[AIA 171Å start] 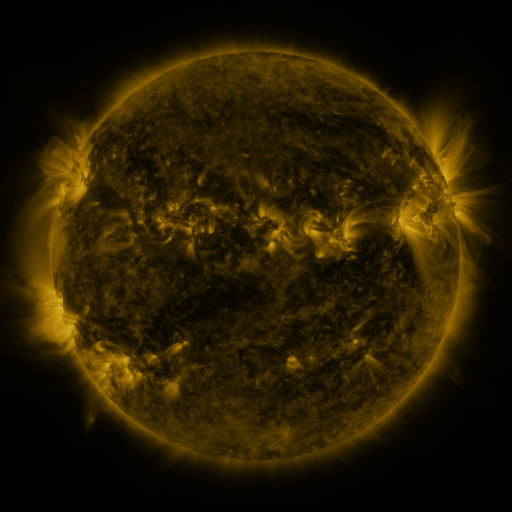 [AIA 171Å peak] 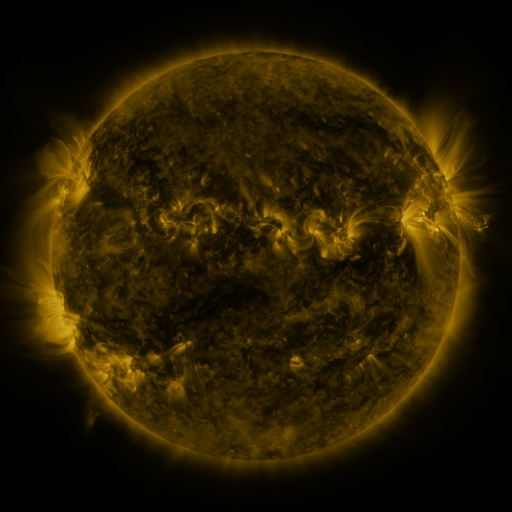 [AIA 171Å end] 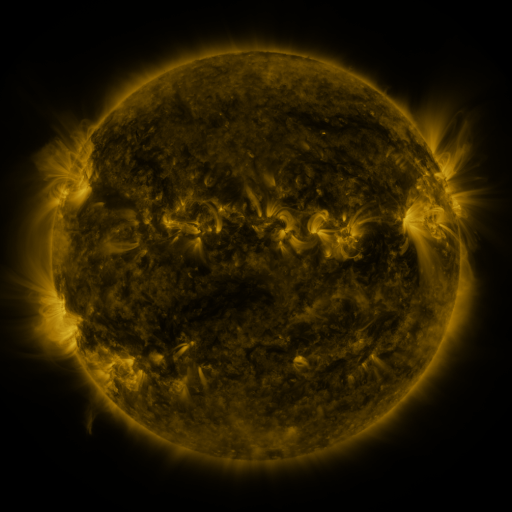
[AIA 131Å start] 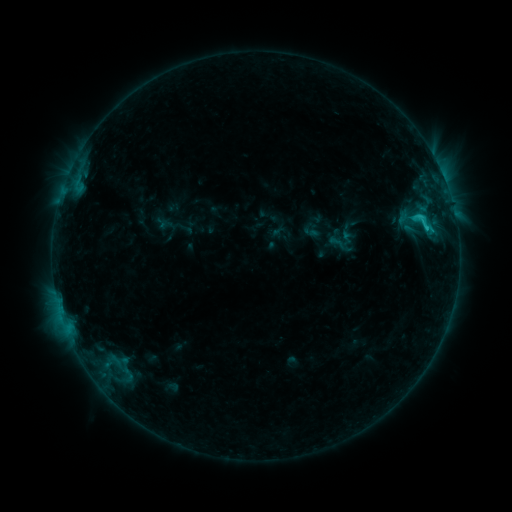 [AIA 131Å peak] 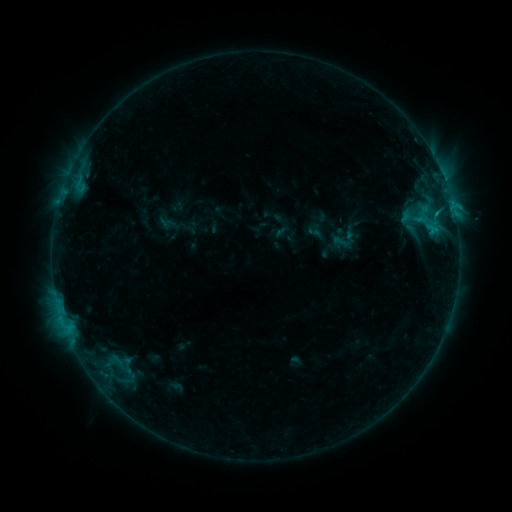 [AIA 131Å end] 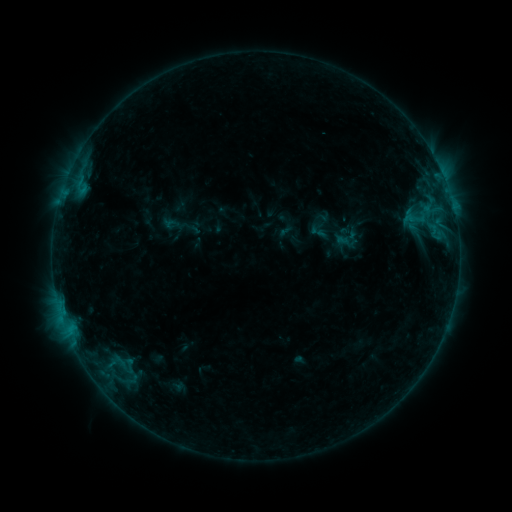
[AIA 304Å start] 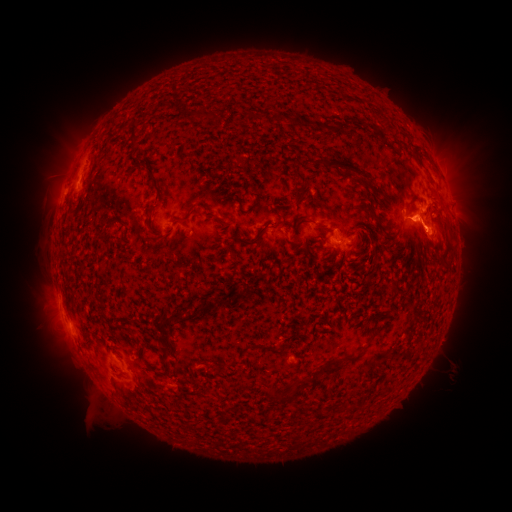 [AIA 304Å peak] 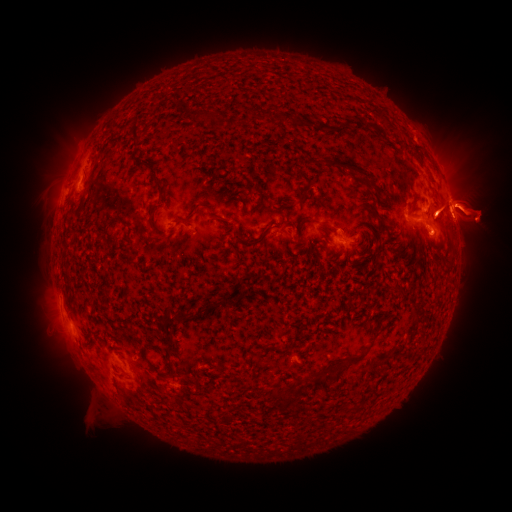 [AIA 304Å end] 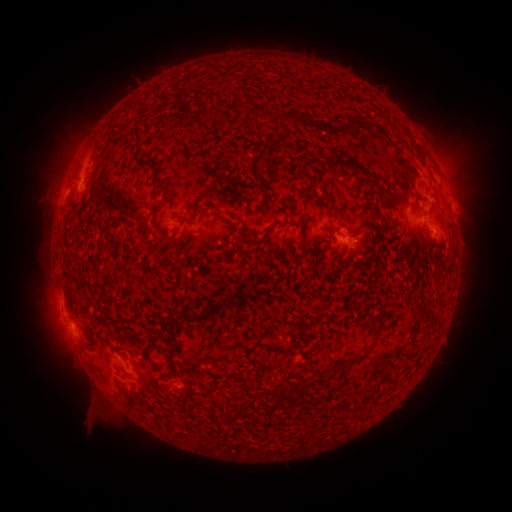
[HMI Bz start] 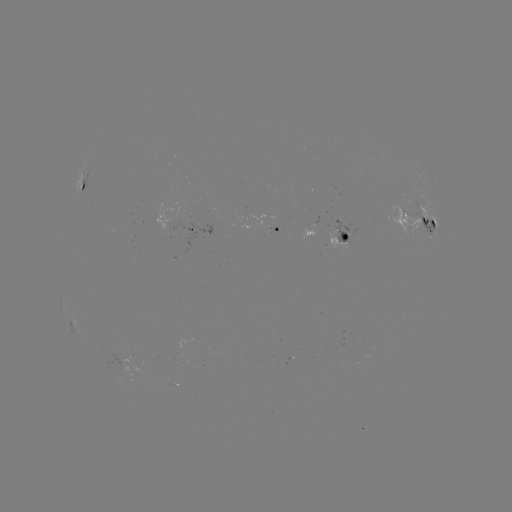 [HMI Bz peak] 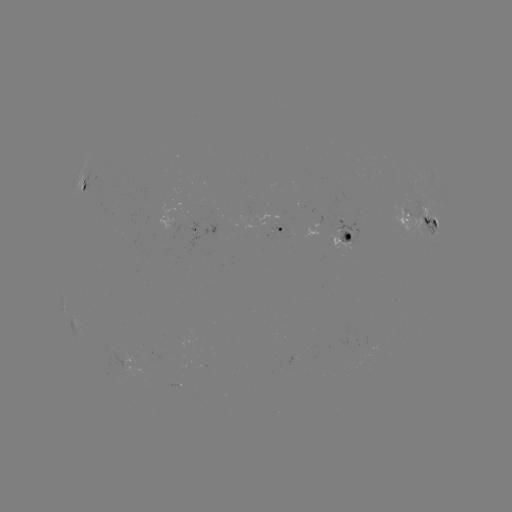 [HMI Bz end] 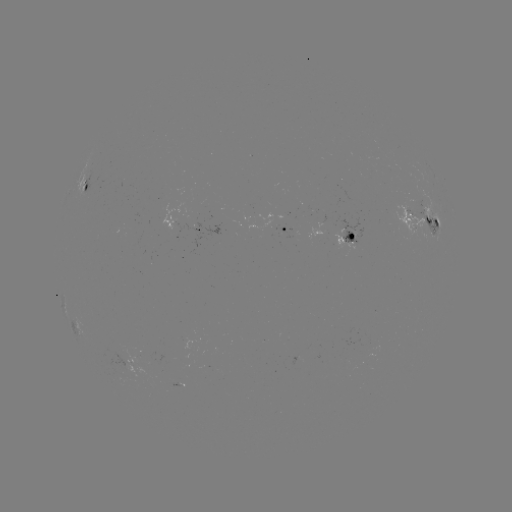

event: filament eruption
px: (451, 221)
